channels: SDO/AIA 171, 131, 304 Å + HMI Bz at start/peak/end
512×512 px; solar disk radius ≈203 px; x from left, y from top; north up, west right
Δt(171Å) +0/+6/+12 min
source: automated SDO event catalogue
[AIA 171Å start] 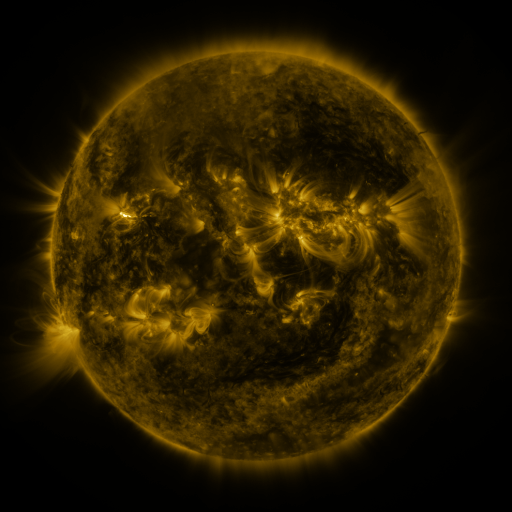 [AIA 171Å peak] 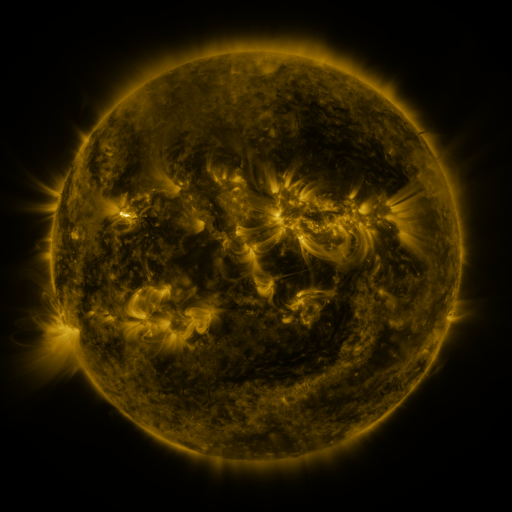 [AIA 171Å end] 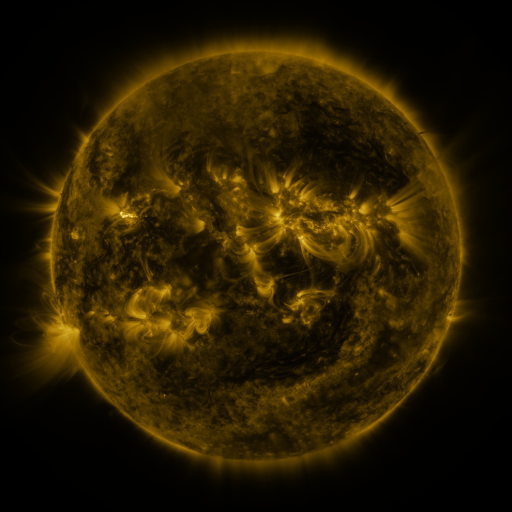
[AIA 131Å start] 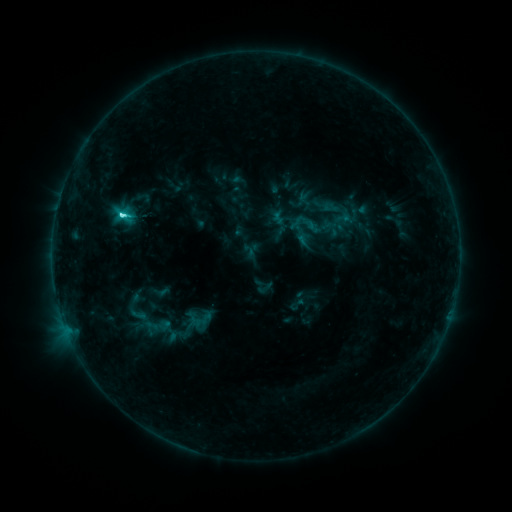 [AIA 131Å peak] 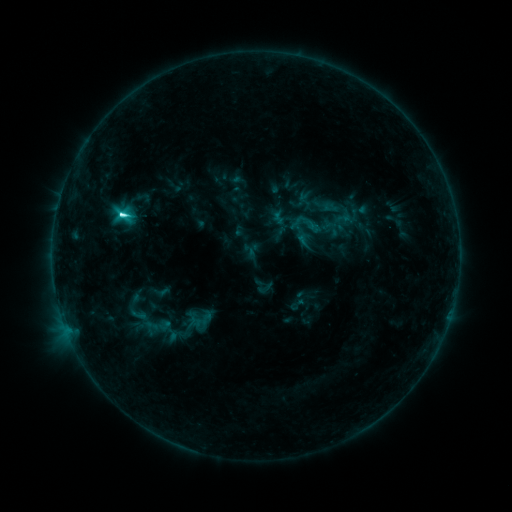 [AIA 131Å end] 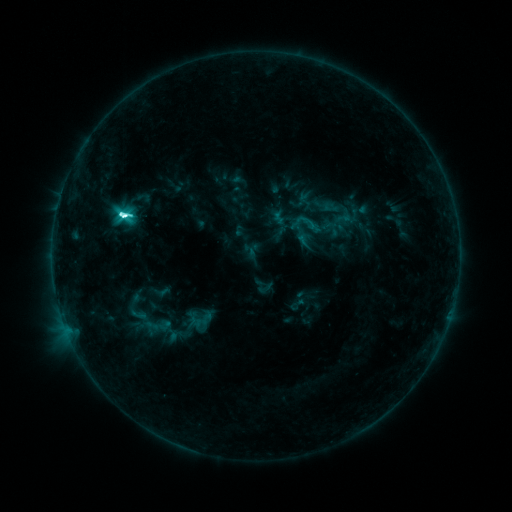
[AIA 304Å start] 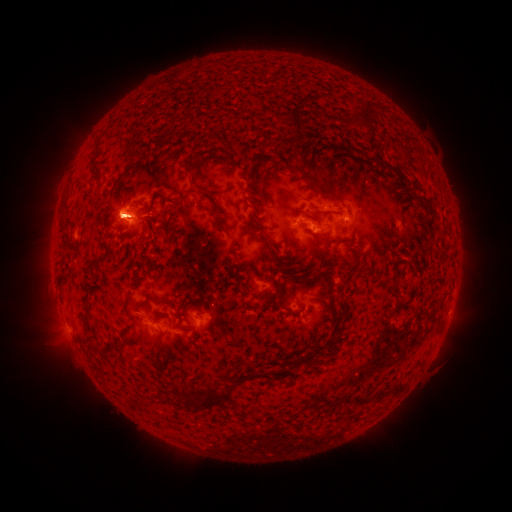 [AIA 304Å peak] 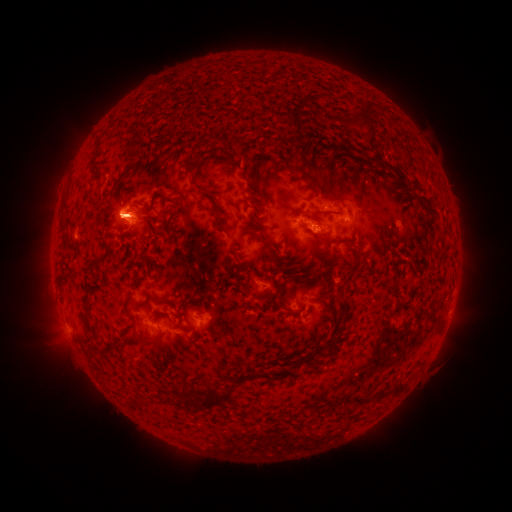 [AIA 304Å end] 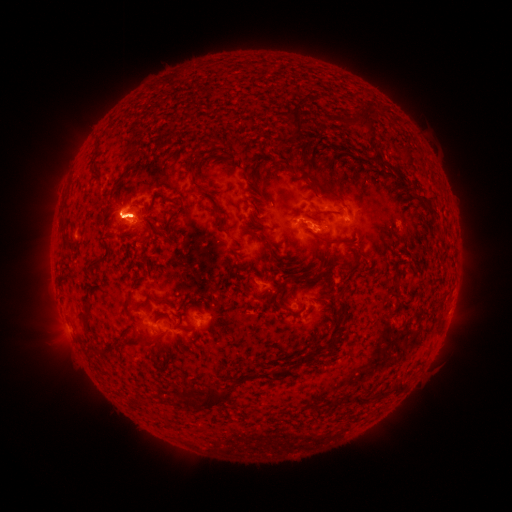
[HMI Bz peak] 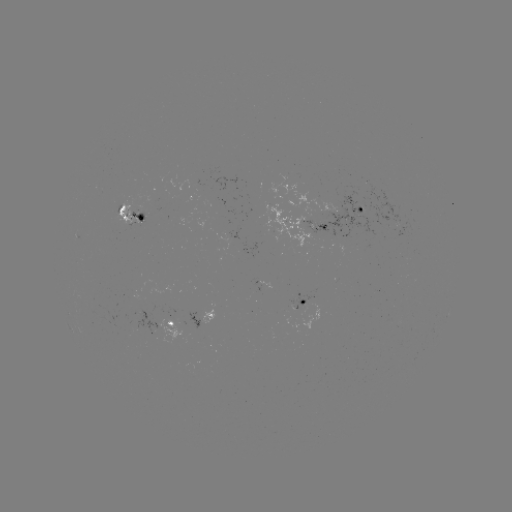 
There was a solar eruption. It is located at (133, 216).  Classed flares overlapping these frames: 1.